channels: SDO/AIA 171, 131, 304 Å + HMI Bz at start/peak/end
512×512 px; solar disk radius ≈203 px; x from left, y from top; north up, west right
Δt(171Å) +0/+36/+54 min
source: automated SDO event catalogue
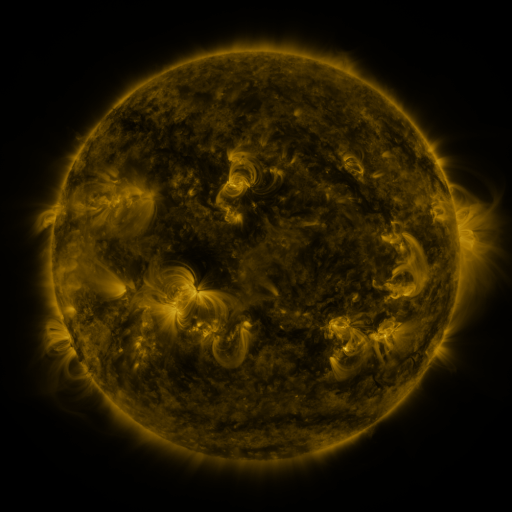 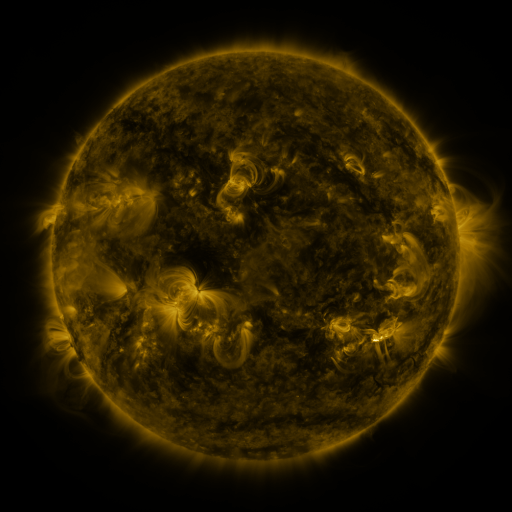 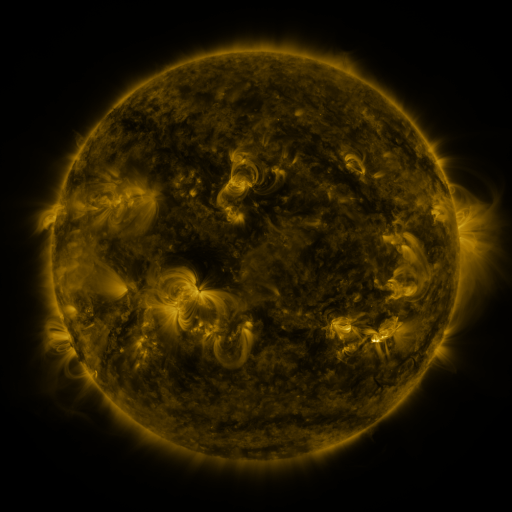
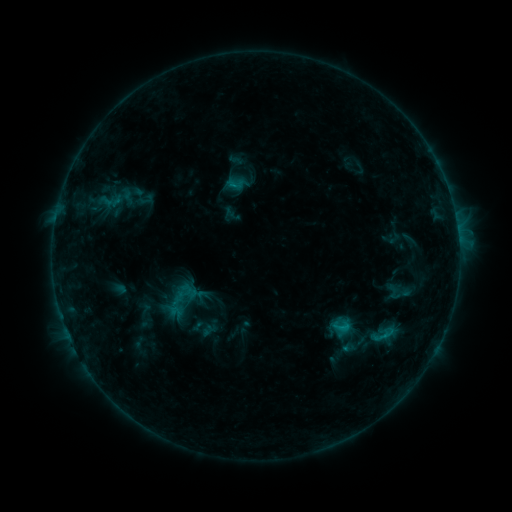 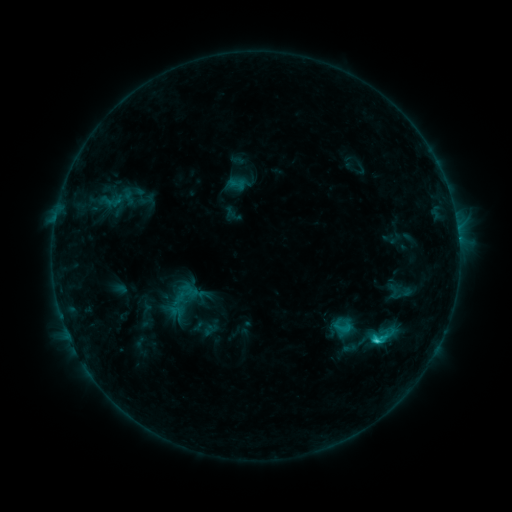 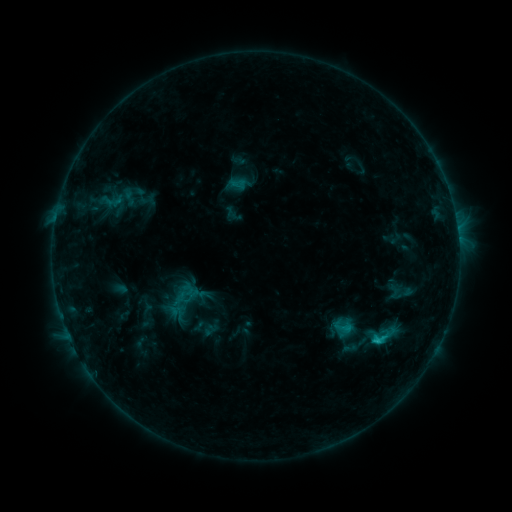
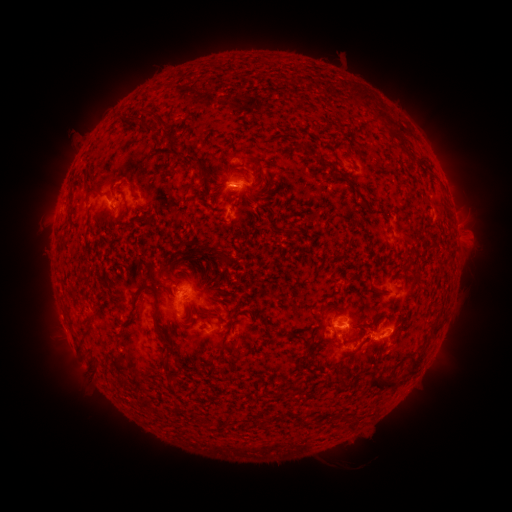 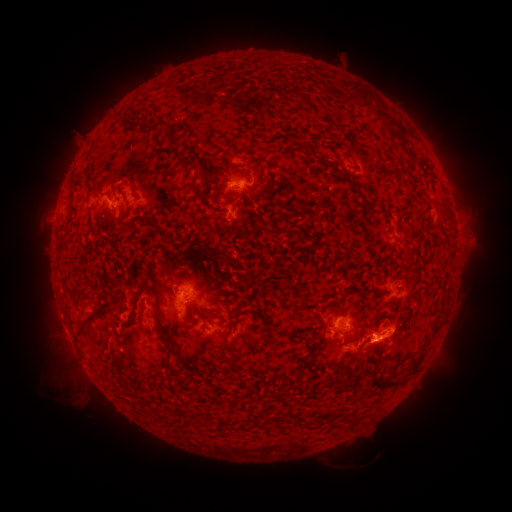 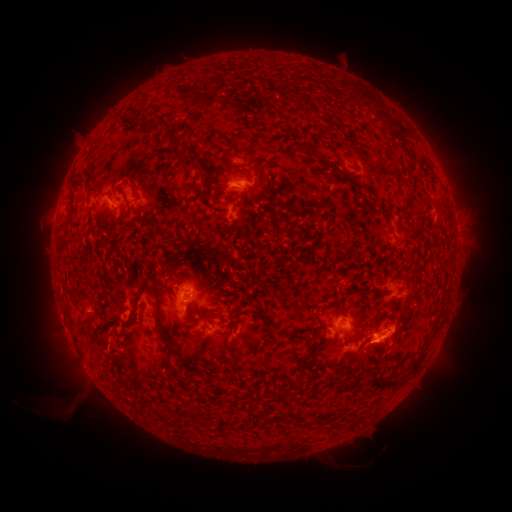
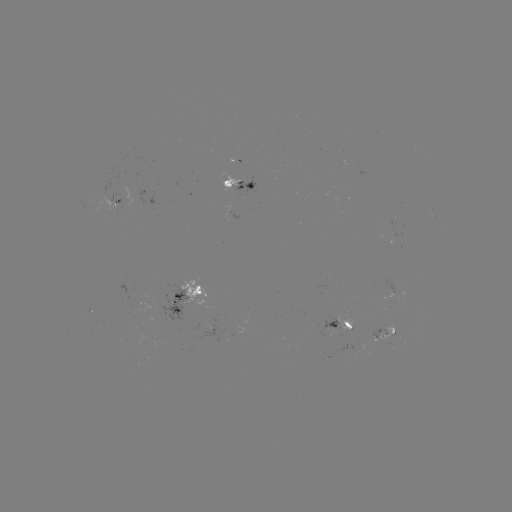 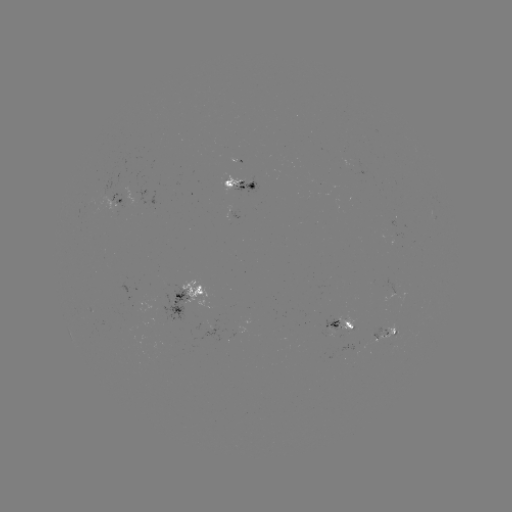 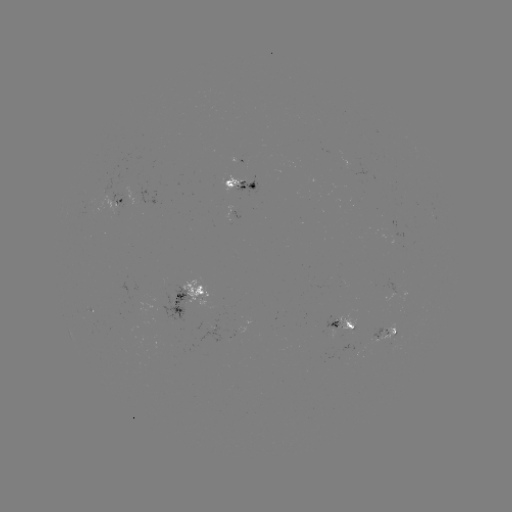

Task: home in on C1.8 flare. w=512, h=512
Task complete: [376, 339].